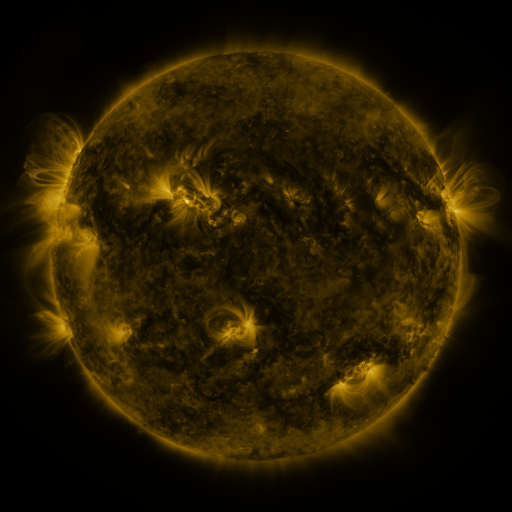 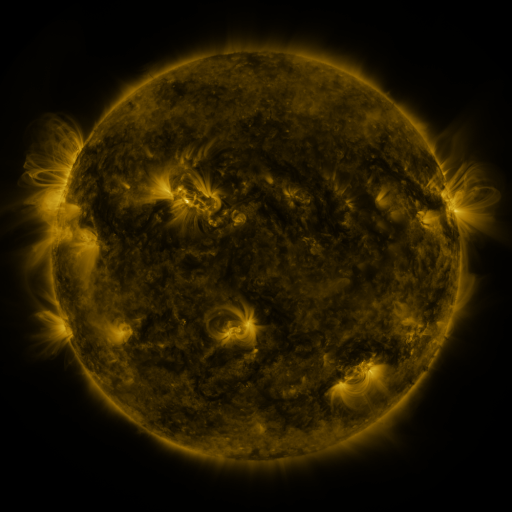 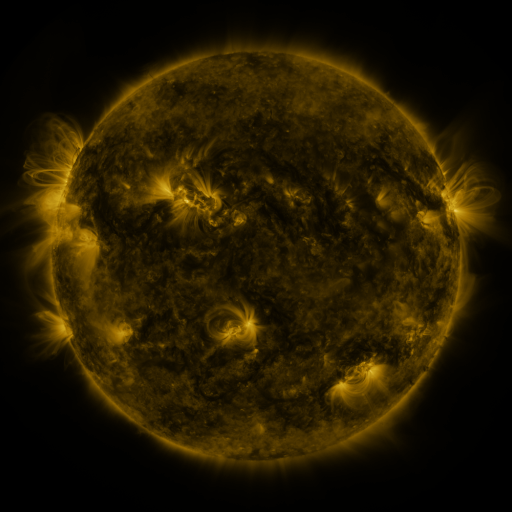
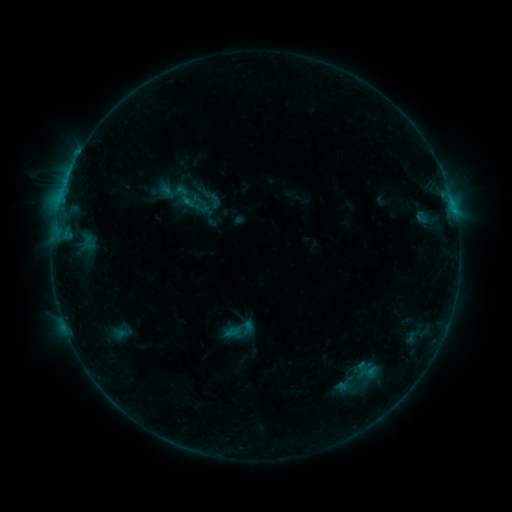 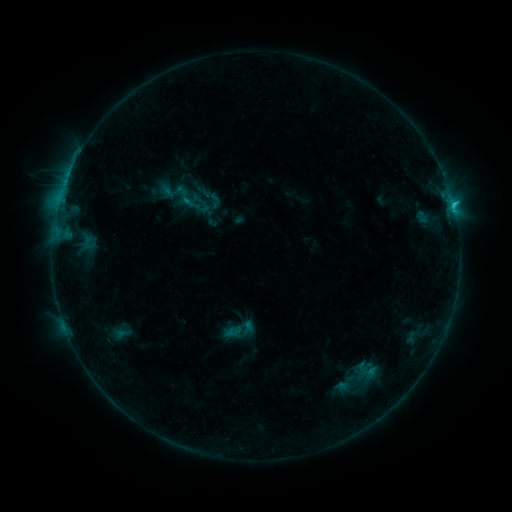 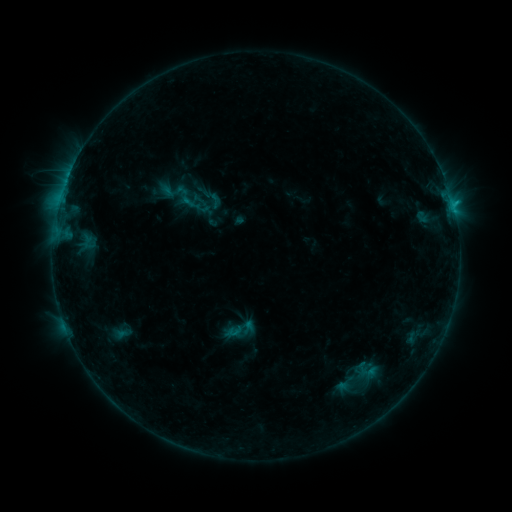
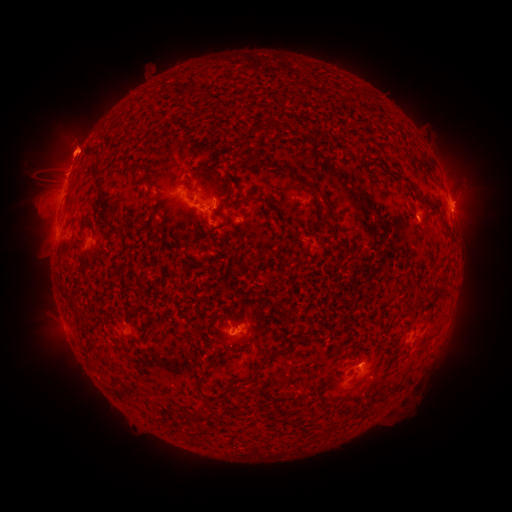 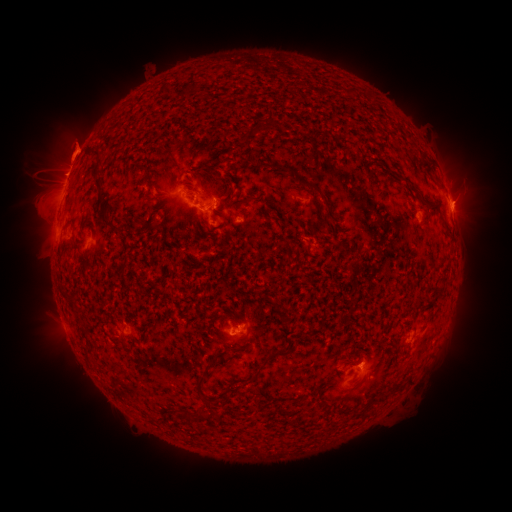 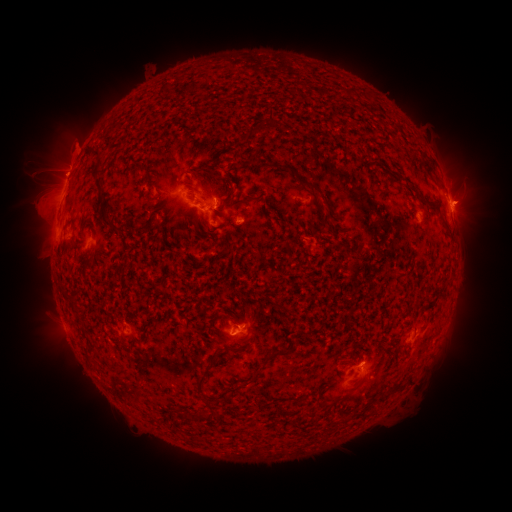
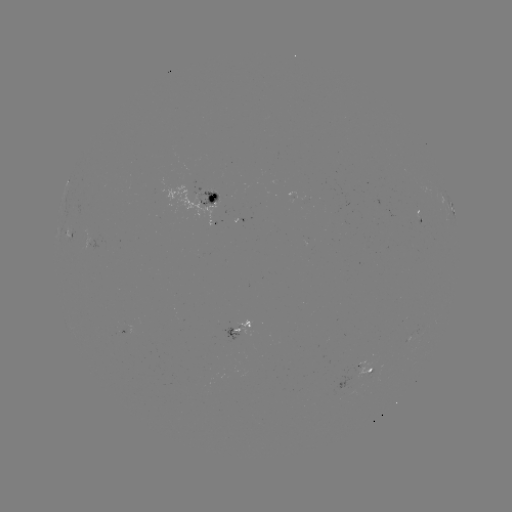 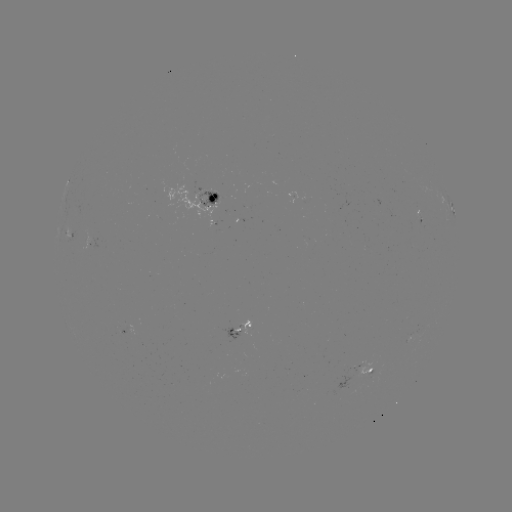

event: flare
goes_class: C1.1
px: (453, 208)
